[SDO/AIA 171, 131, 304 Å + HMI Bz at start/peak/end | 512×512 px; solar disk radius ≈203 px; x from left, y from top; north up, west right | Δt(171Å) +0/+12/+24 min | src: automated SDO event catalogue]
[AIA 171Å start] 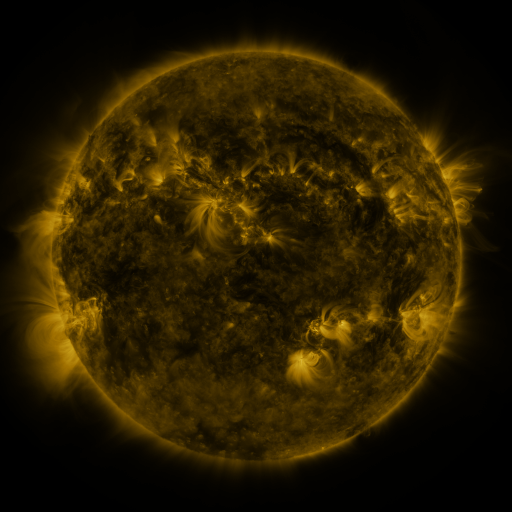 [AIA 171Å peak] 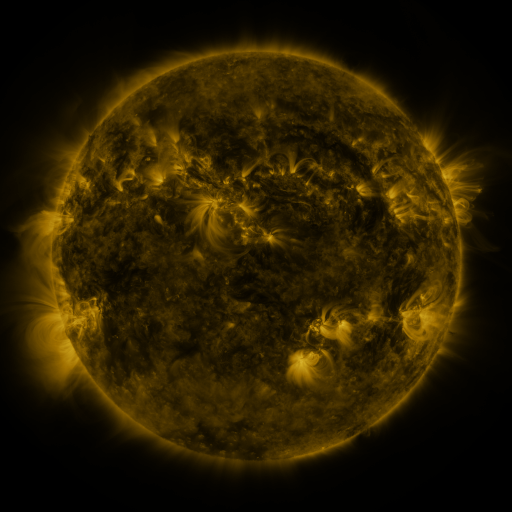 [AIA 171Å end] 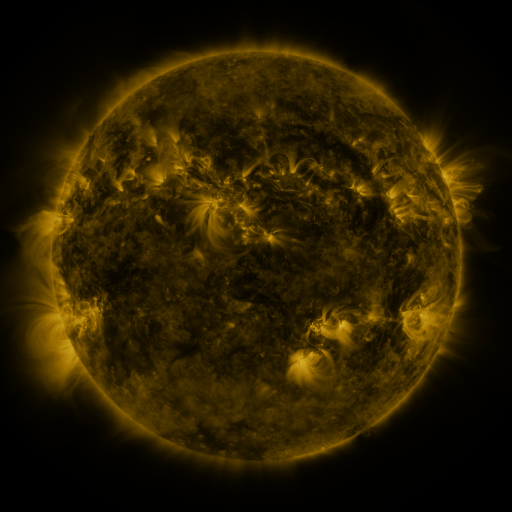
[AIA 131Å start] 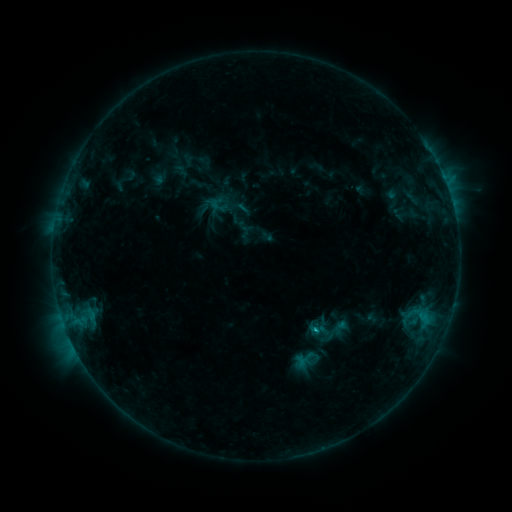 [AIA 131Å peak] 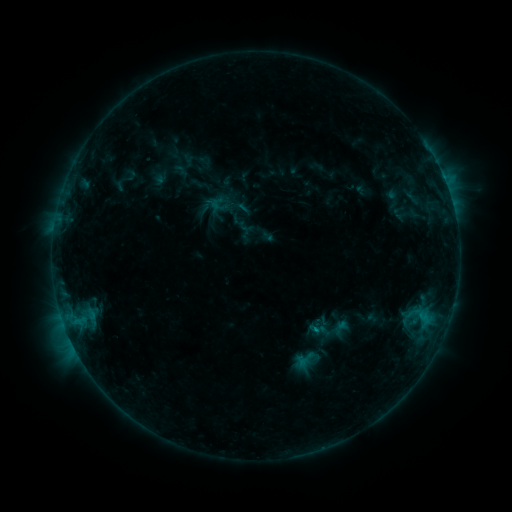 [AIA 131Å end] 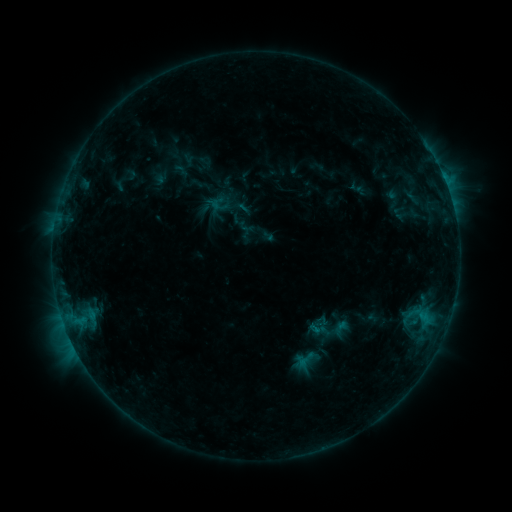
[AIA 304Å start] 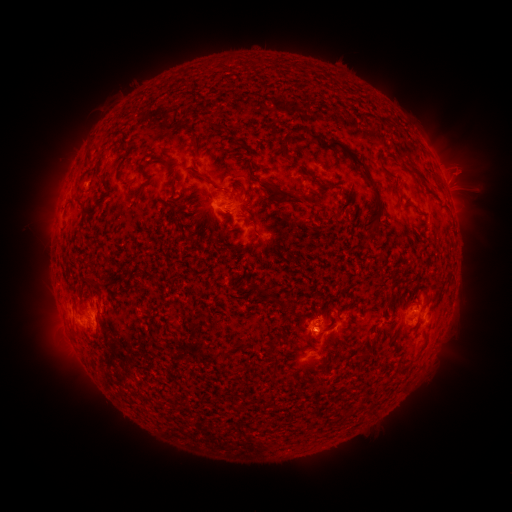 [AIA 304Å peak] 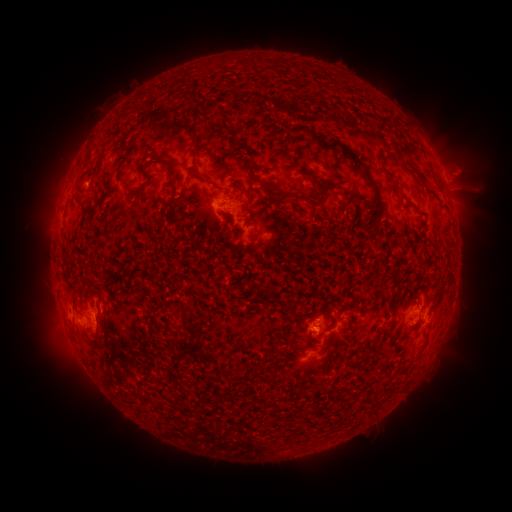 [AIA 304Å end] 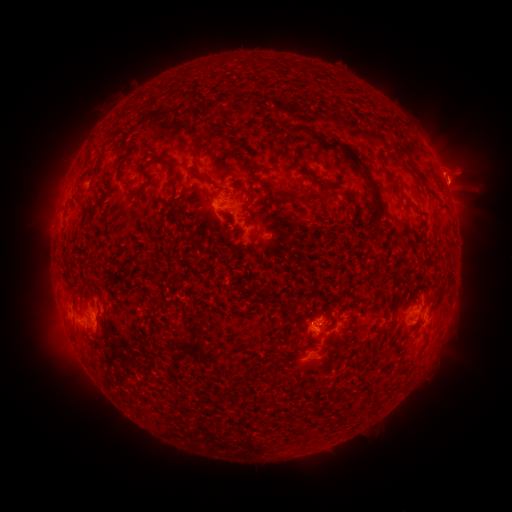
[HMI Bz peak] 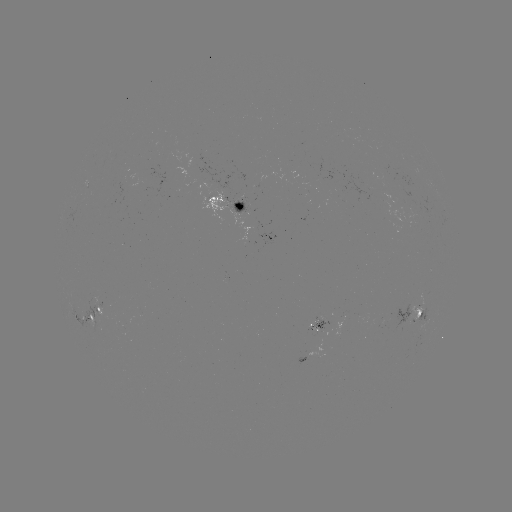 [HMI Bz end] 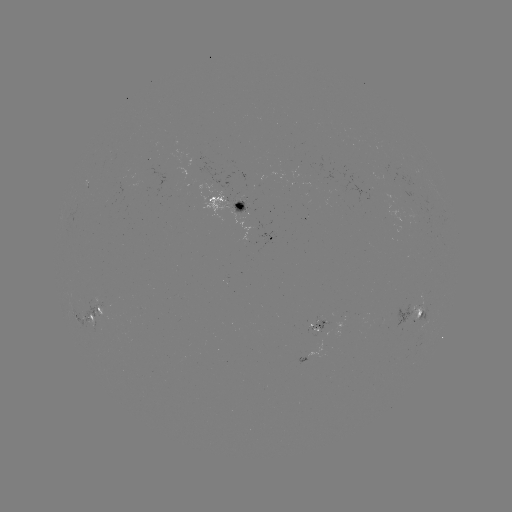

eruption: <bbox>271, 178, 344, 215</bbox>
